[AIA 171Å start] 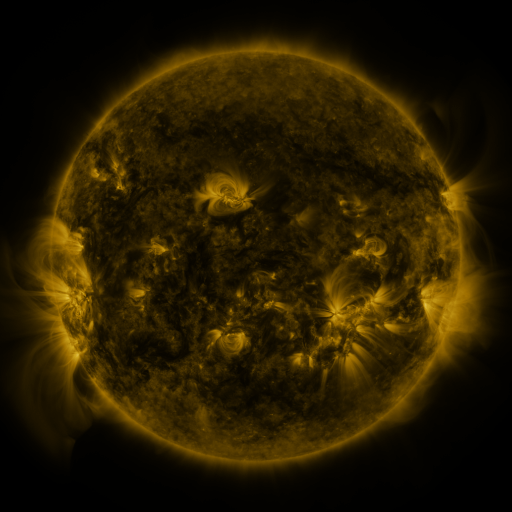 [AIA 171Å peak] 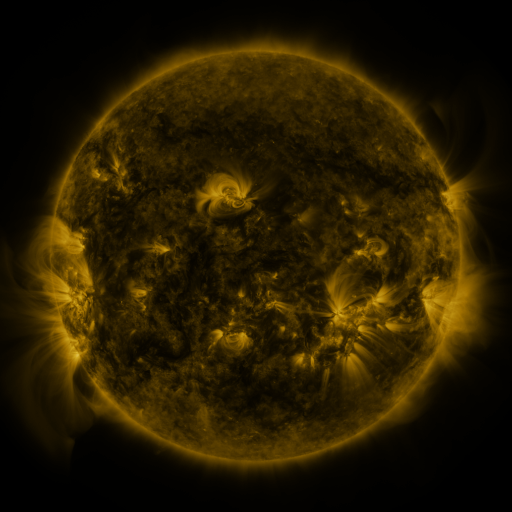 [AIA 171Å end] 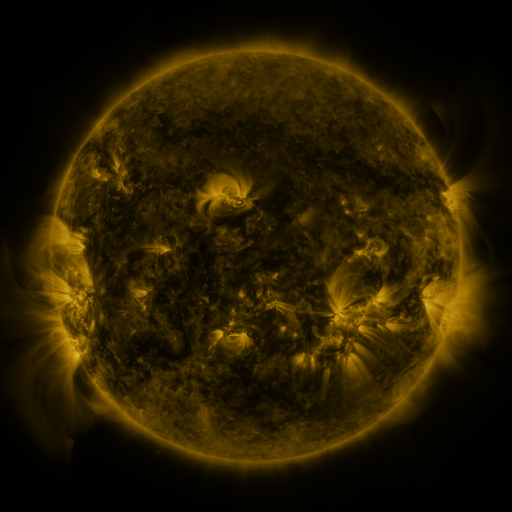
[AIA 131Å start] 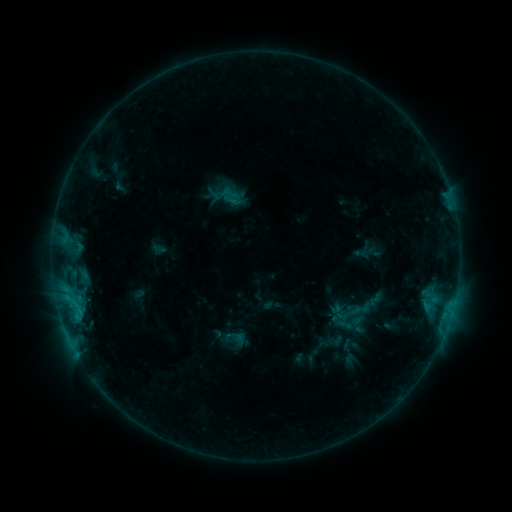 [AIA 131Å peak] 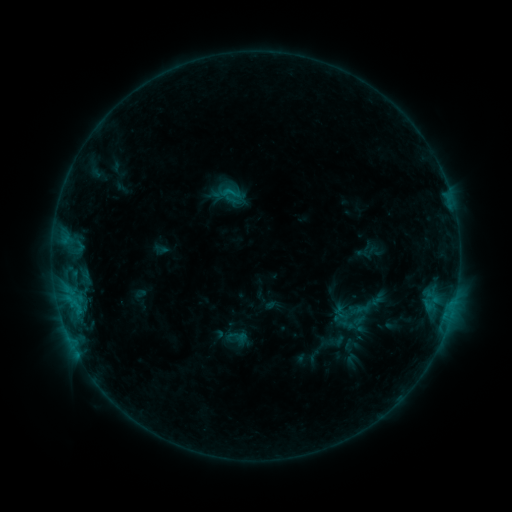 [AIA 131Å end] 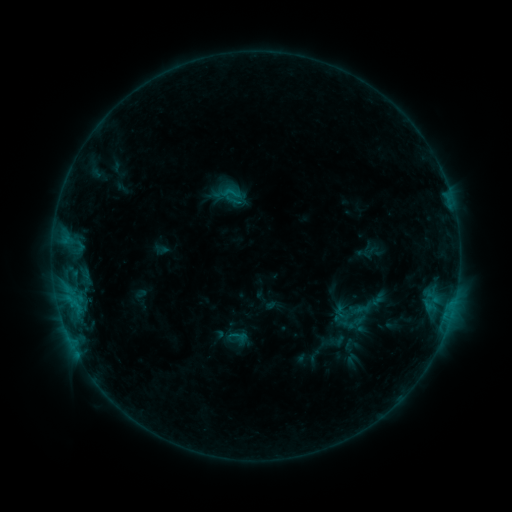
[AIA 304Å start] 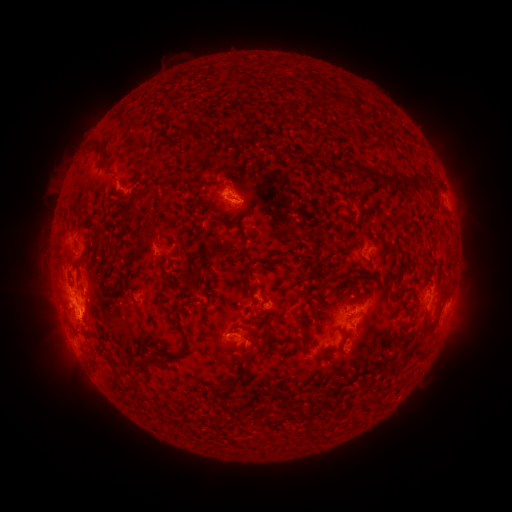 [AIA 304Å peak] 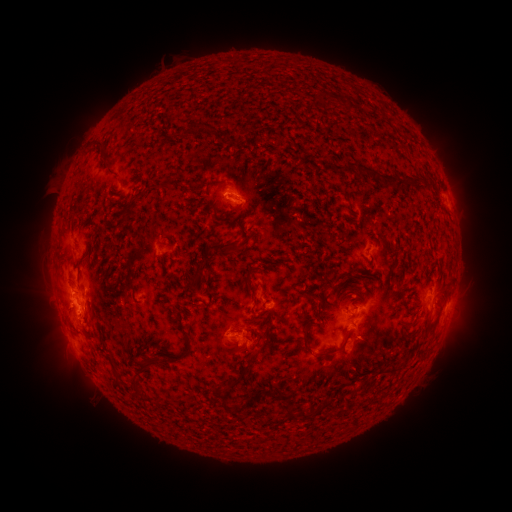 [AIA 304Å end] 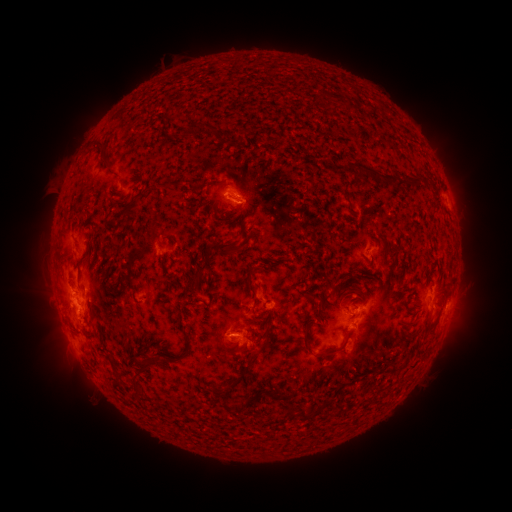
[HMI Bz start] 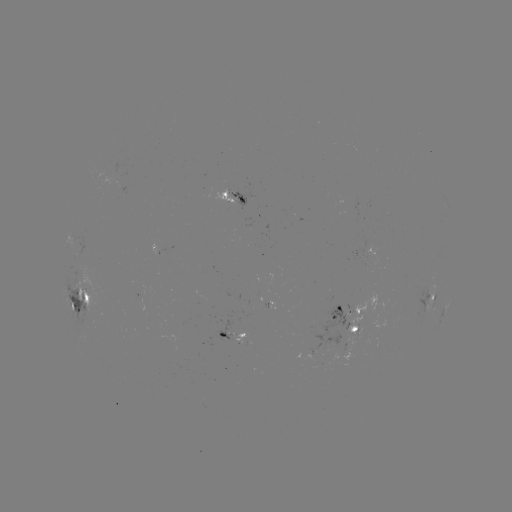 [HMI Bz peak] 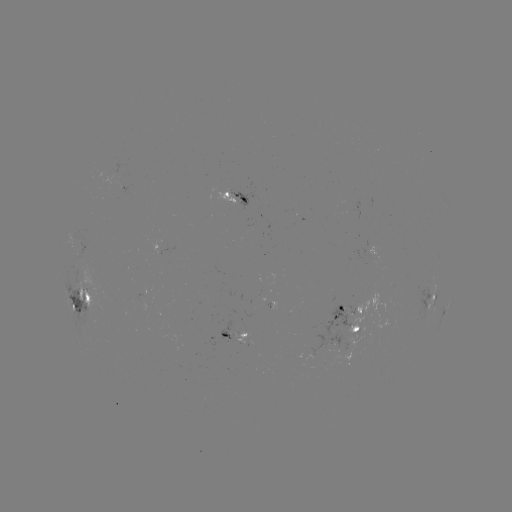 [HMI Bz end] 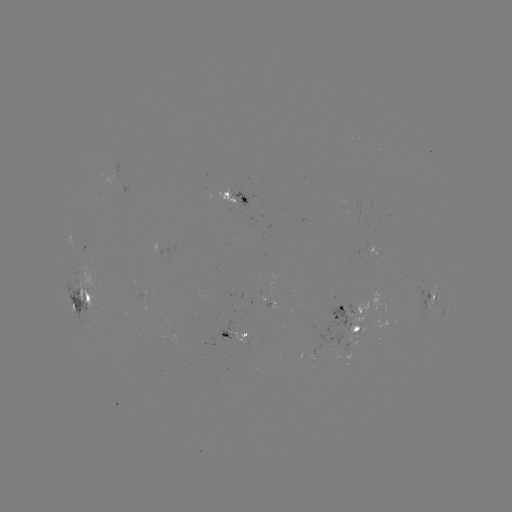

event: emerging-flux region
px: (335, 333)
